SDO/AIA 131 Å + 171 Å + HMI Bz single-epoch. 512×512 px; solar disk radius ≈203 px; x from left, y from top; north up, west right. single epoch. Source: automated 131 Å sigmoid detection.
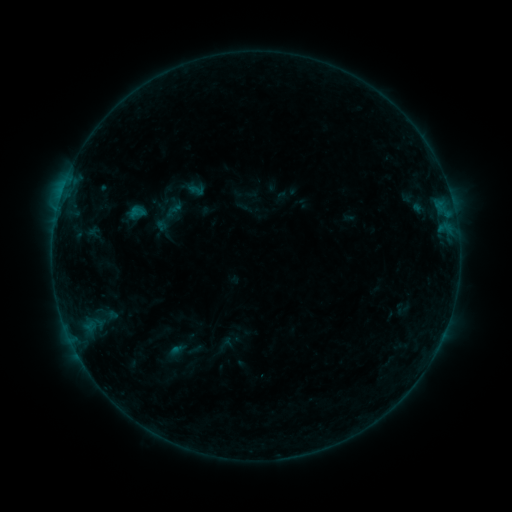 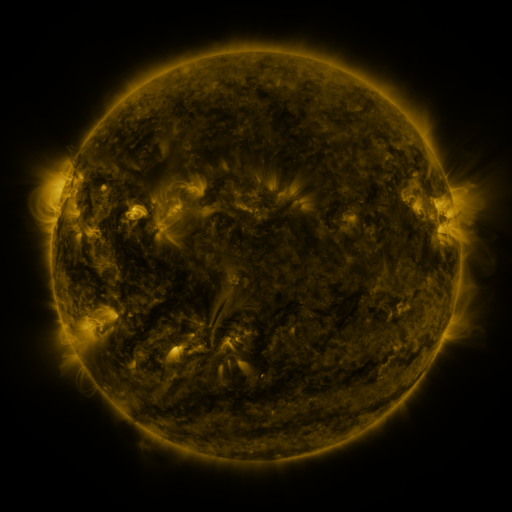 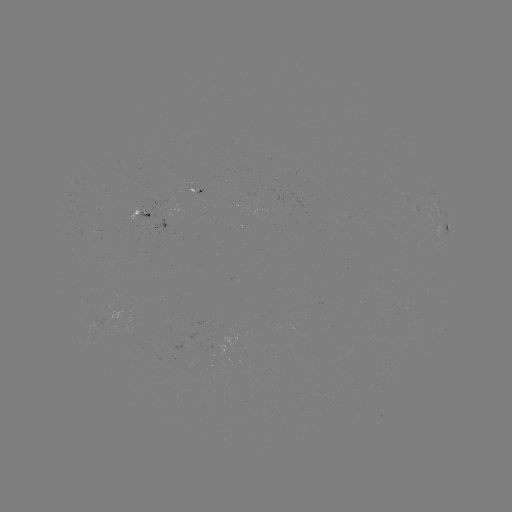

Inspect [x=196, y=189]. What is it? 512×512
sigmoid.